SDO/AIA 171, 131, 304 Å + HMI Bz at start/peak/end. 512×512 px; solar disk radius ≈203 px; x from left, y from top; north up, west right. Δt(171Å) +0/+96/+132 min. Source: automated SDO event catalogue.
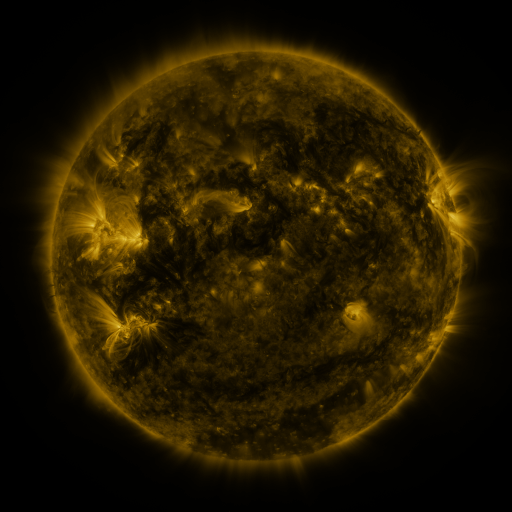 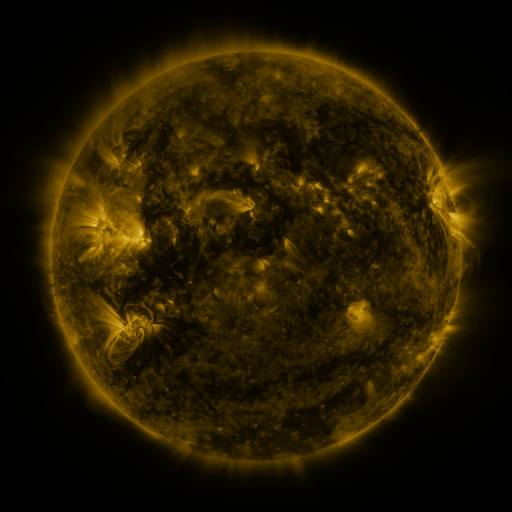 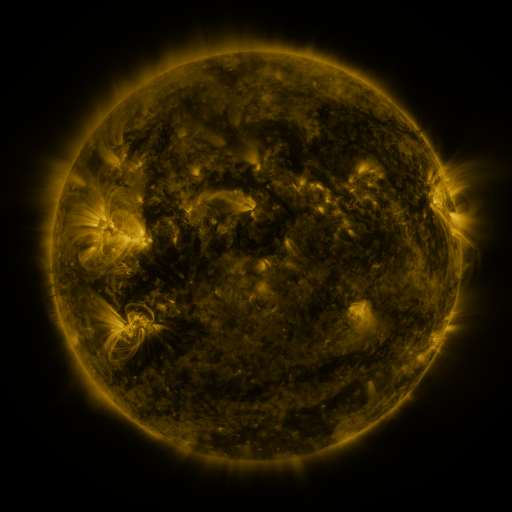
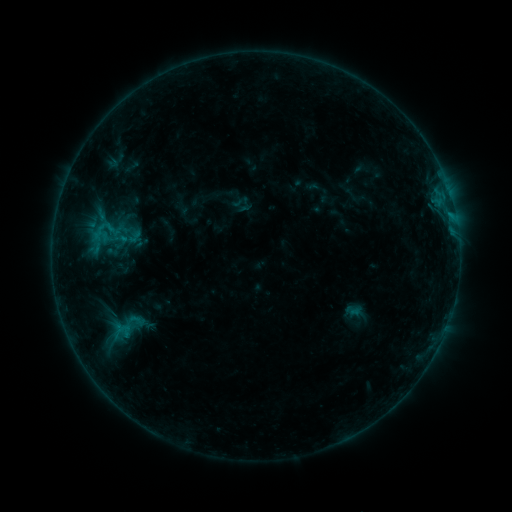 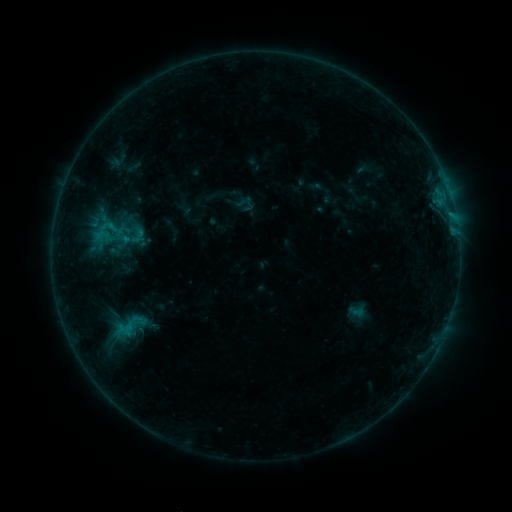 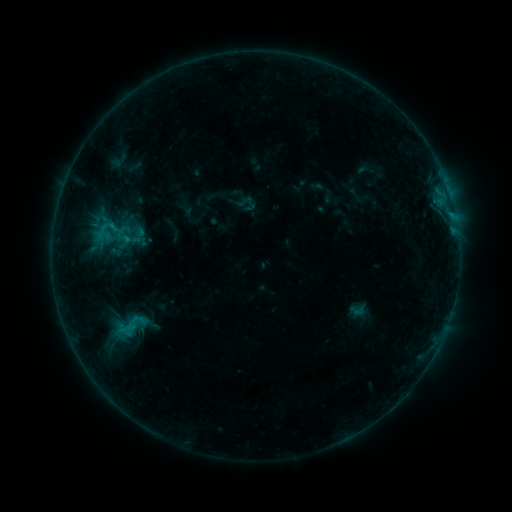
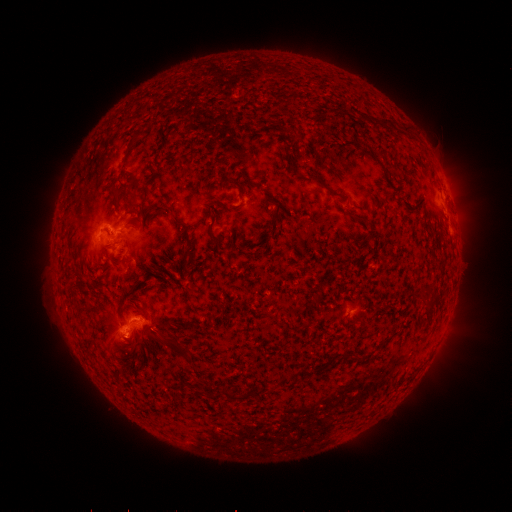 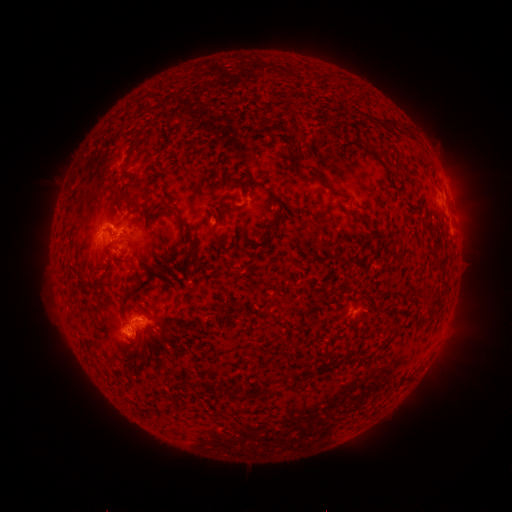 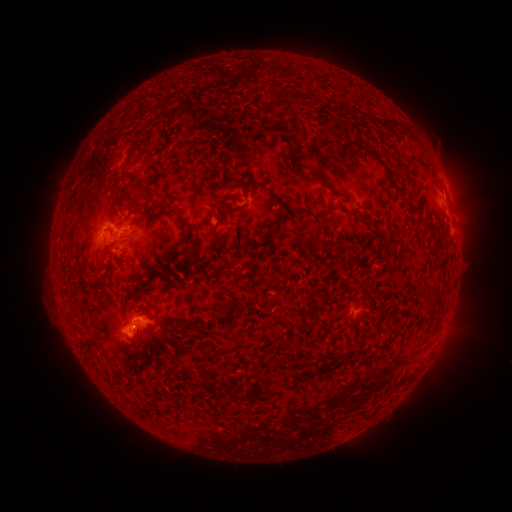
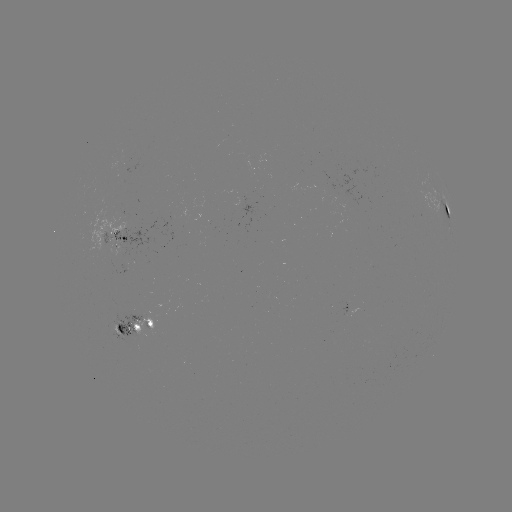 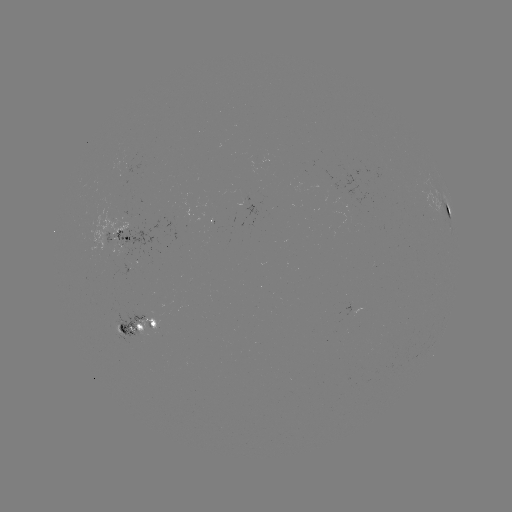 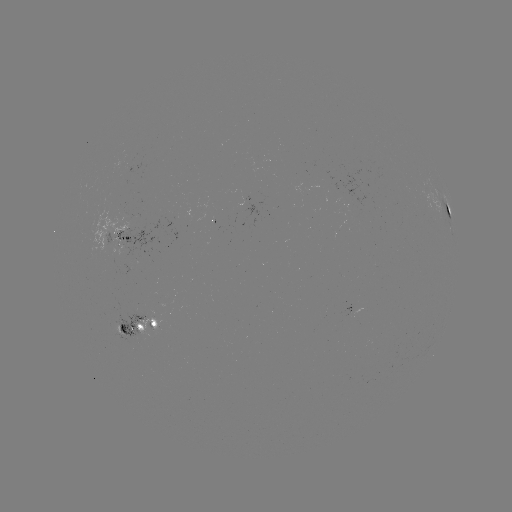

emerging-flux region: [104, 313, 158, 344]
